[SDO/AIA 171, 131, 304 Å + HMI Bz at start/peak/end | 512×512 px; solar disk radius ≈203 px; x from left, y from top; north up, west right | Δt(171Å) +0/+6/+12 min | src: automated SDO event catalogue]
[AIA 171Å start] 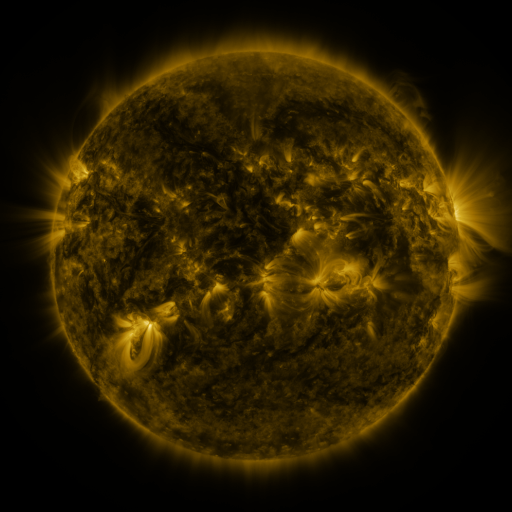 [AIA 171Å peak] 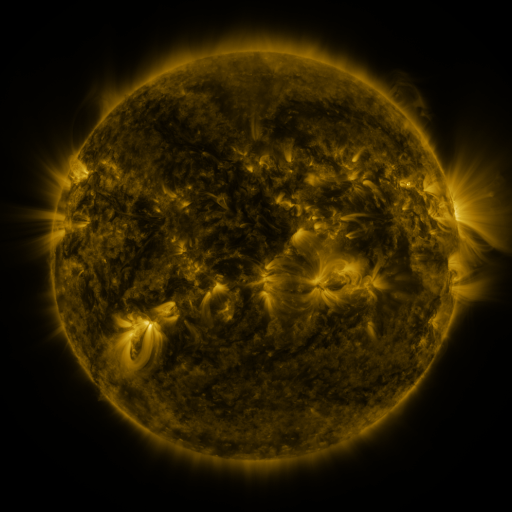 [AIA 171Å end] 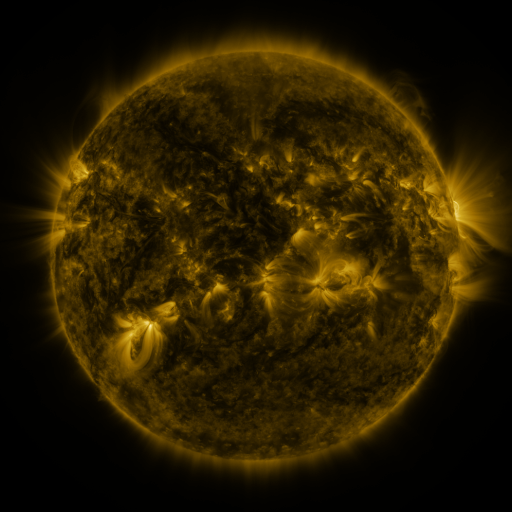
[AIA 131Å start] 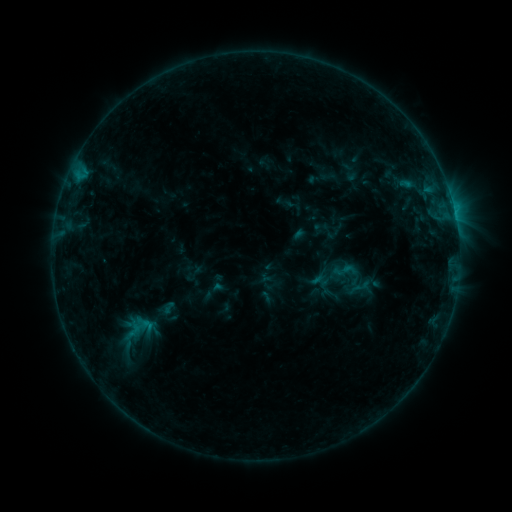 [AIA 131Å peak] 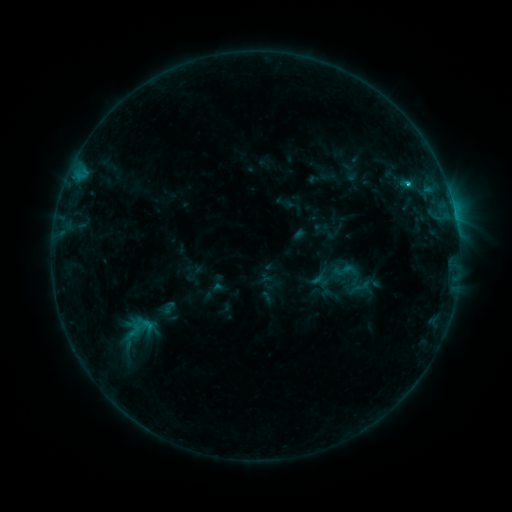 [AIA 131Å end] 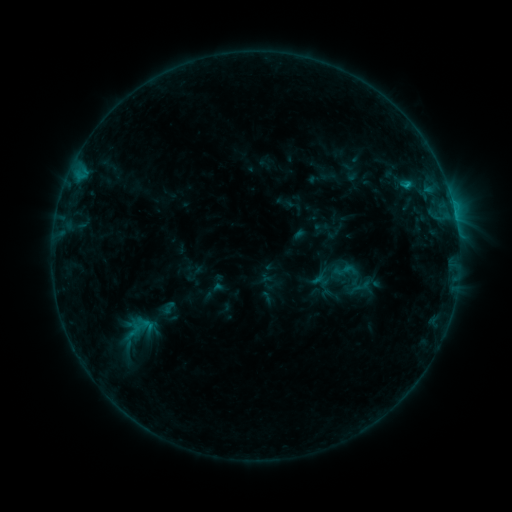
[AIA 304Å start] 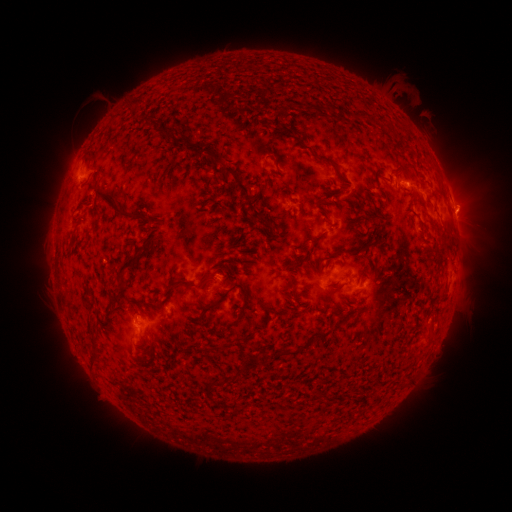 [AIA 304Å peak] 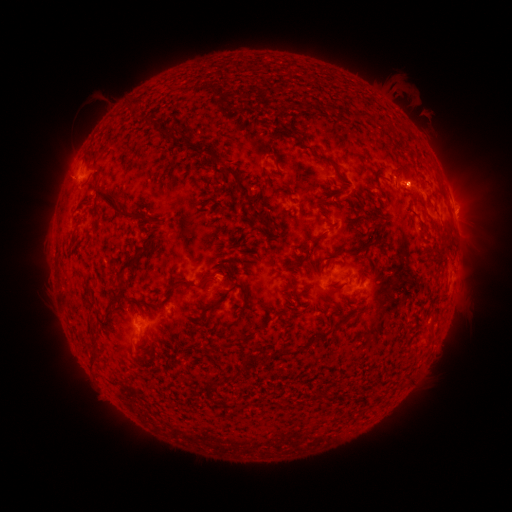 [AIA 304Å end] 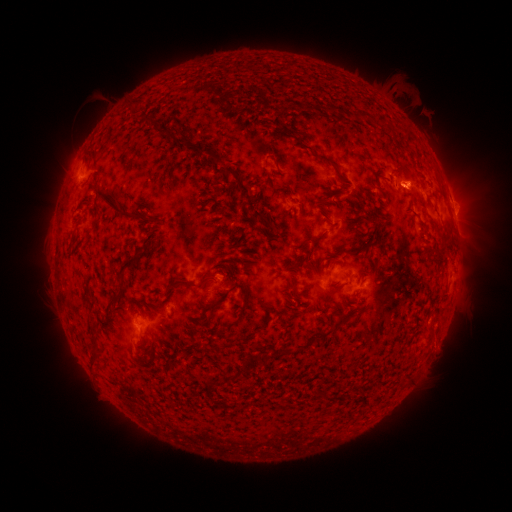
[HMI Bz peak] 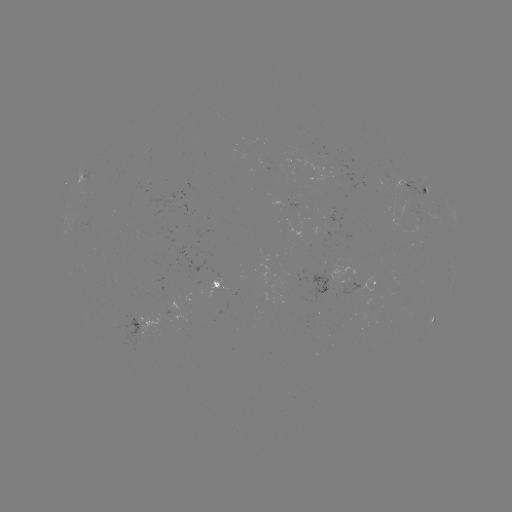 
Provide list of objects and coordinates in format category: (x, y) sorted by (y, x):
B9.1 flare: (407, 184)
